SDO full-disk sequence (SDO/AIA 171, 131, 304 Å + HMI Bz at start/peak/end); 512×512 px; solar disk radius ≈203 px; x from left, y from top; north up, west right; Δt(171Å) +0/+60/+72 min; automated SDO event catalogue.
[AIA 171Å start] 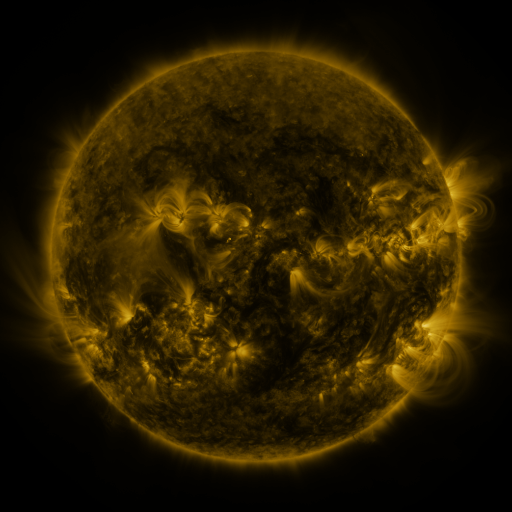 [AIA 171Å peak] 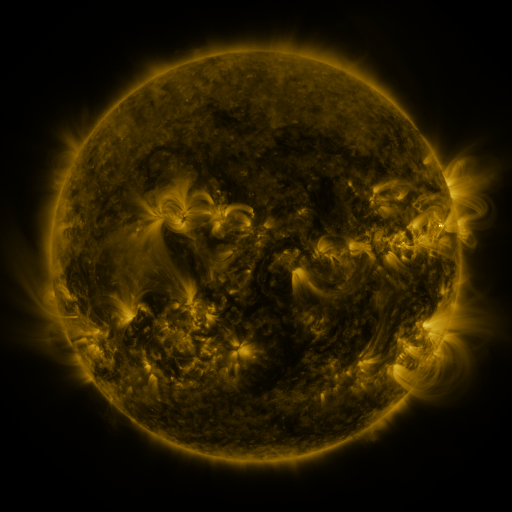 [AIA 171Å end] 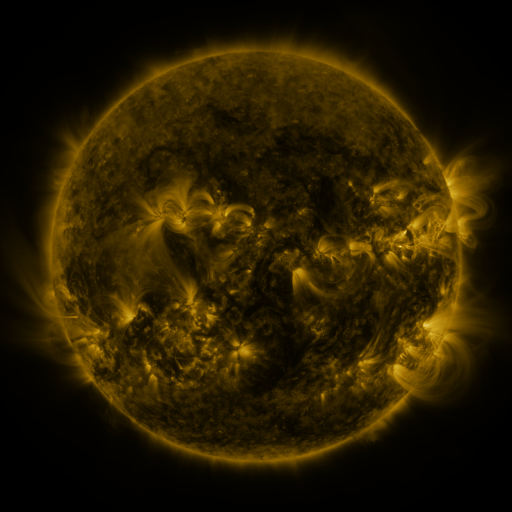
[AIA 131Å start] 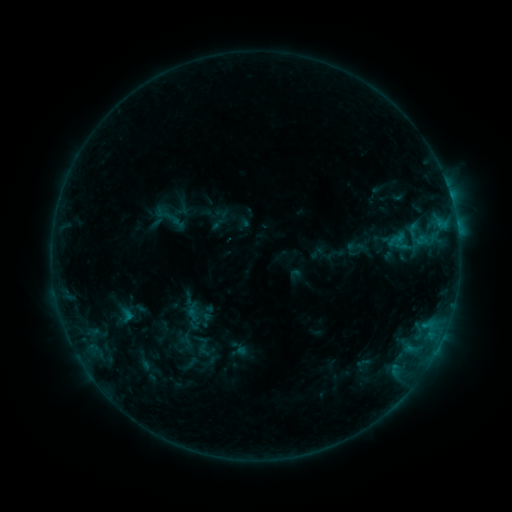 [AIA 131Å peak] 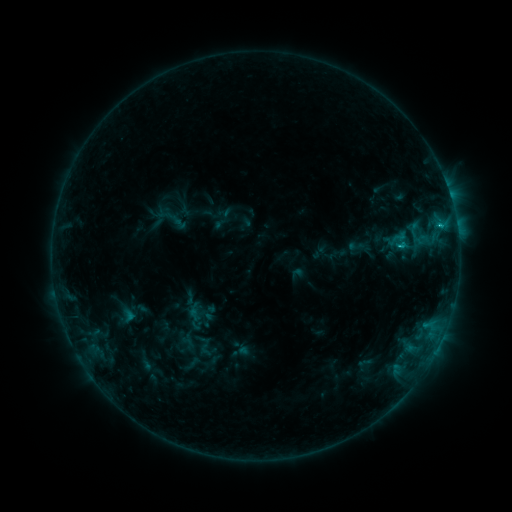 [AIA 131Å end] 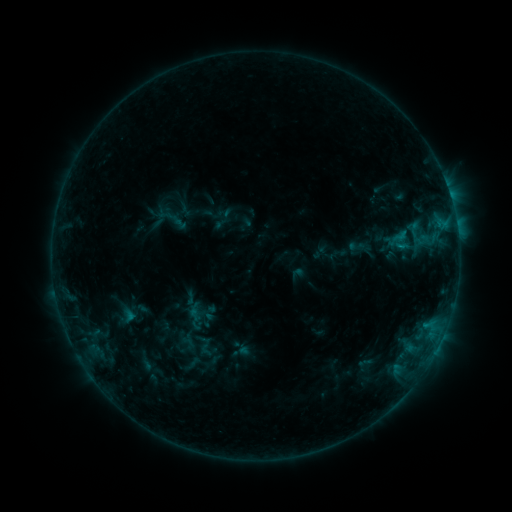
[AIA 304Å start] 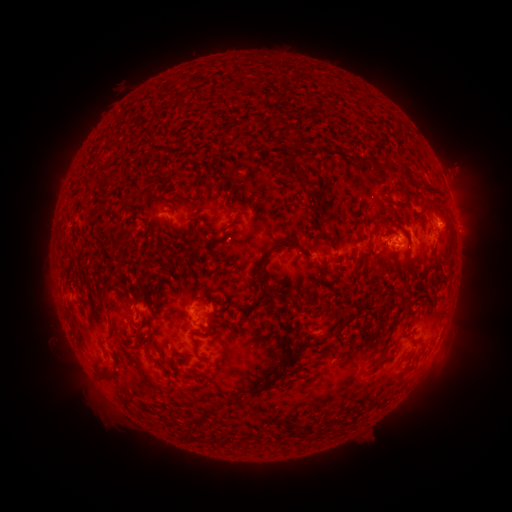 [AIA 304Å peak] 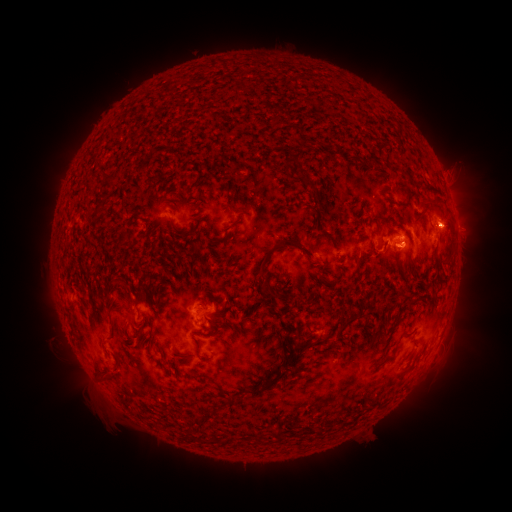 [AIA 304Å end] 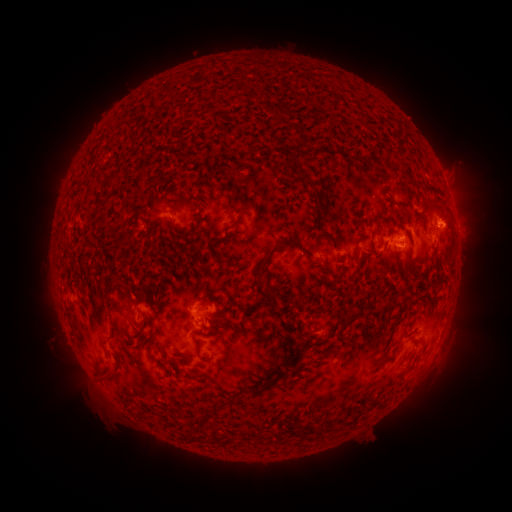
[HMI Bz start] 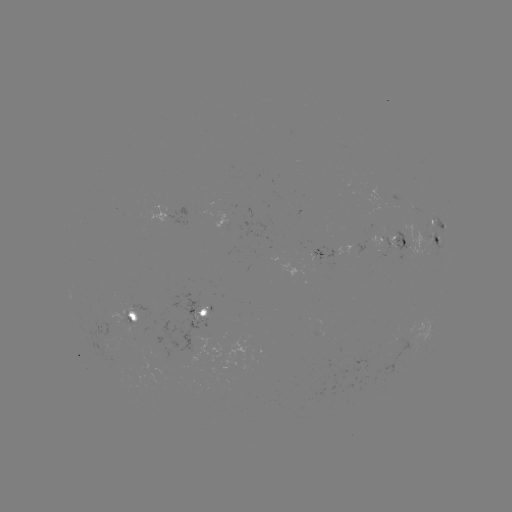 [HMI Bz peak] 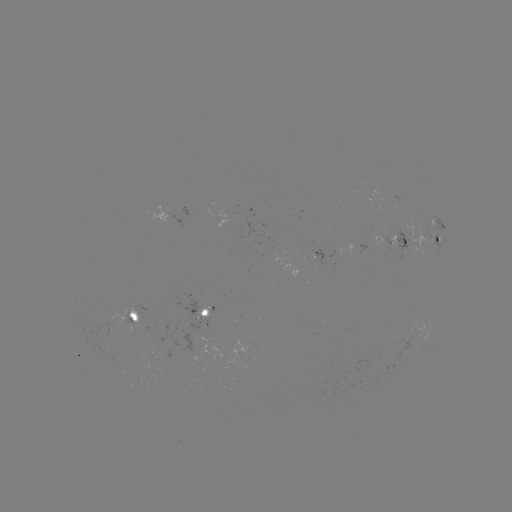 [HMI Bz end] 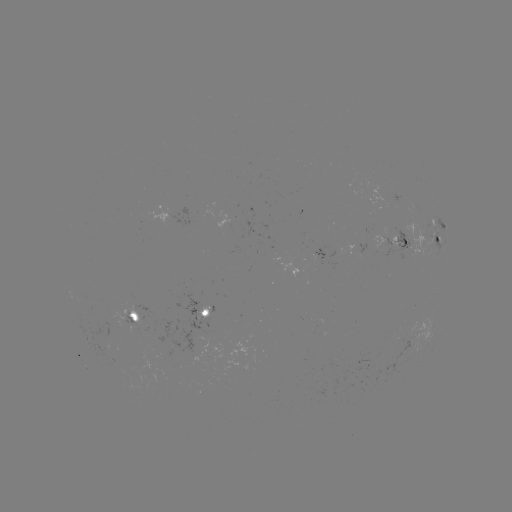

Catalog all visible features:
emerging-flux region: (279, 252)
